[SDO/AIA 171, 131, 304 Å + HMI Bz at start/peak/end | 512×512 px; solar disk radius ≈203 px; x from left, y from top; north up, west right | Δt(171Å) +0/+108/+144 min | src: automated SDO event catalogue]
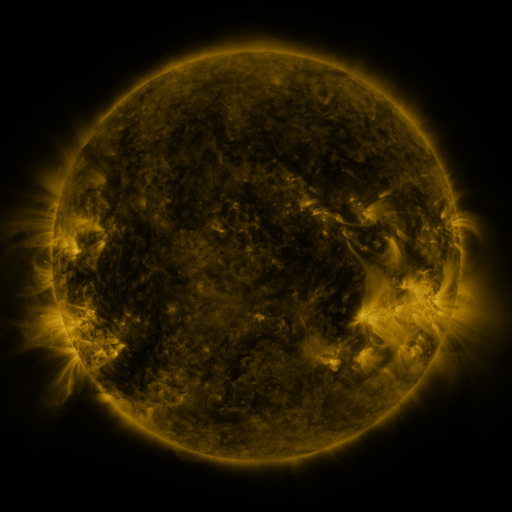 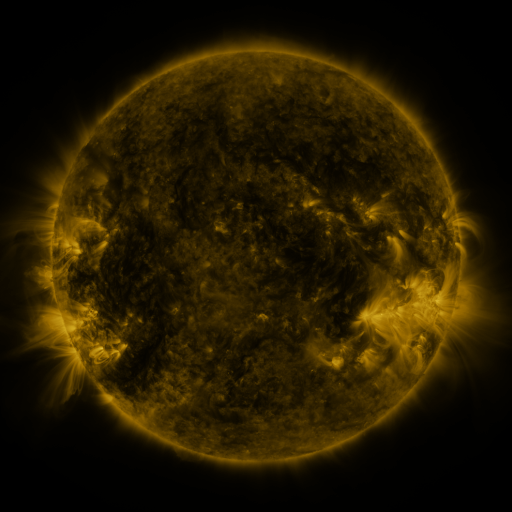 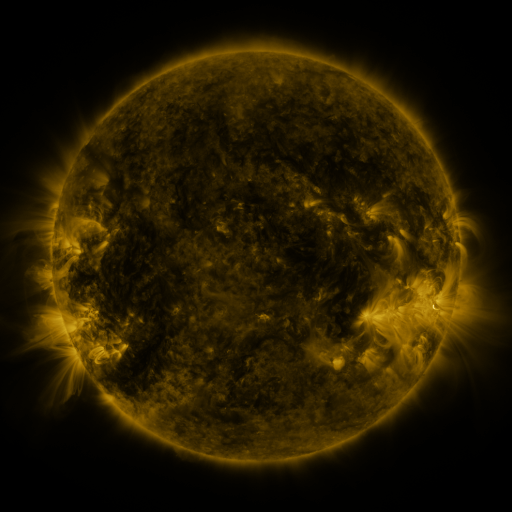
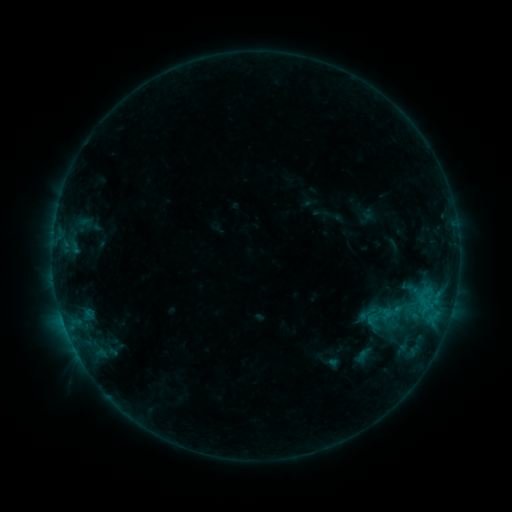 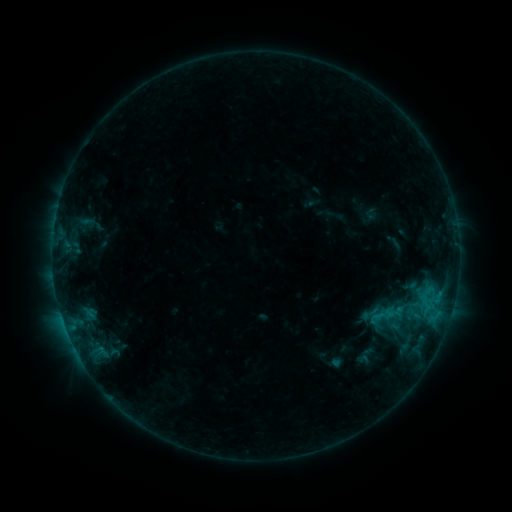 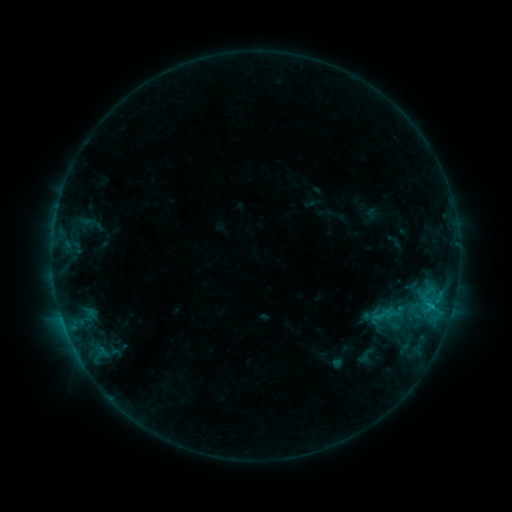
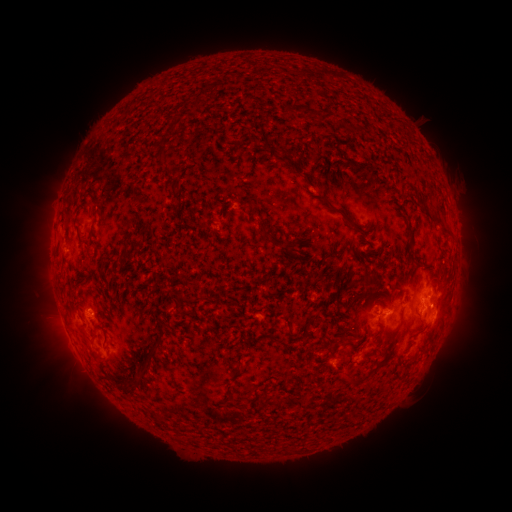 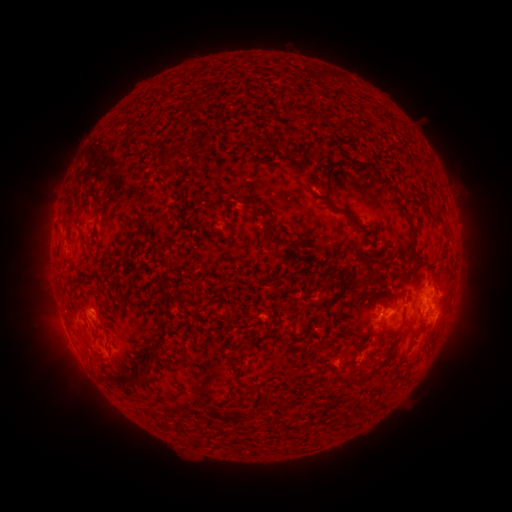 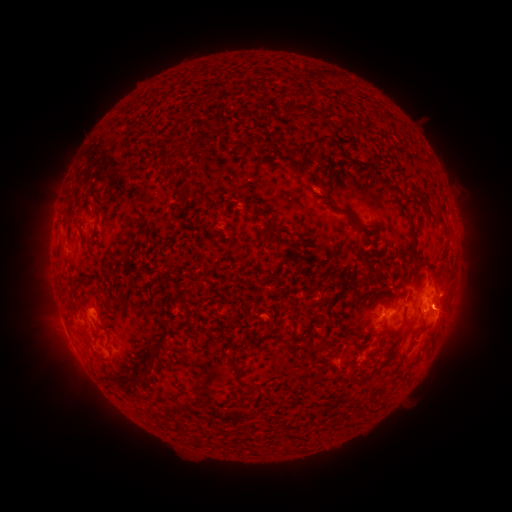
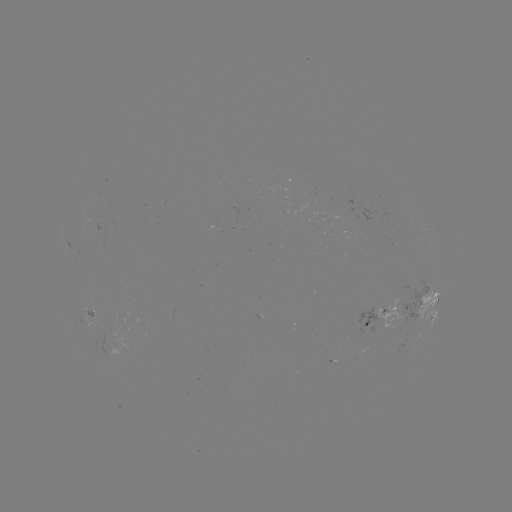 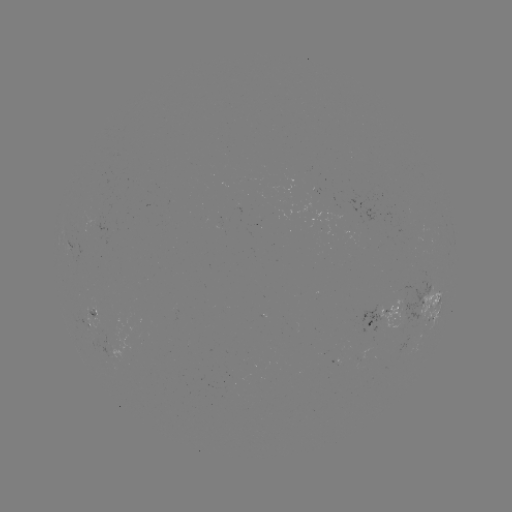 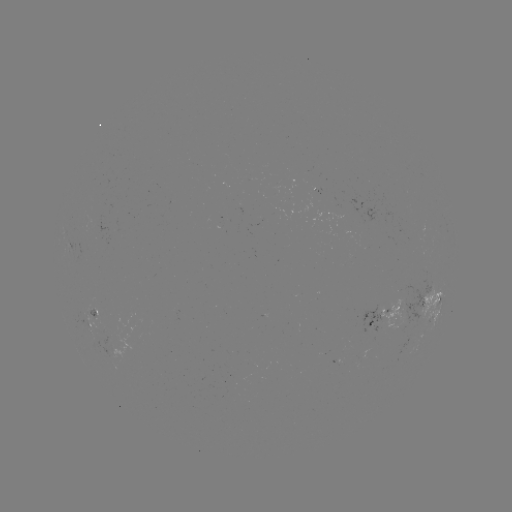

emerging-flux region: <bbox>86, 315, 106, 333</bbox>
